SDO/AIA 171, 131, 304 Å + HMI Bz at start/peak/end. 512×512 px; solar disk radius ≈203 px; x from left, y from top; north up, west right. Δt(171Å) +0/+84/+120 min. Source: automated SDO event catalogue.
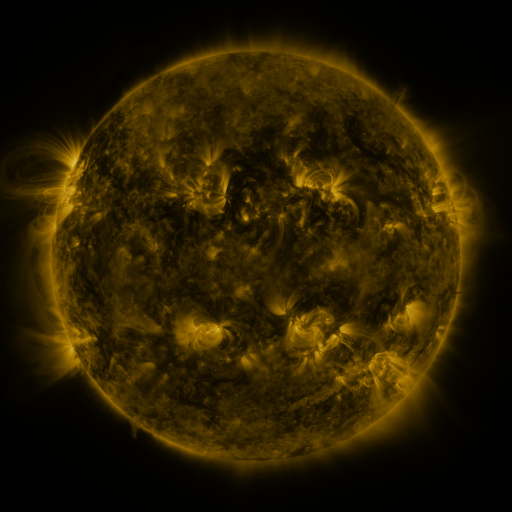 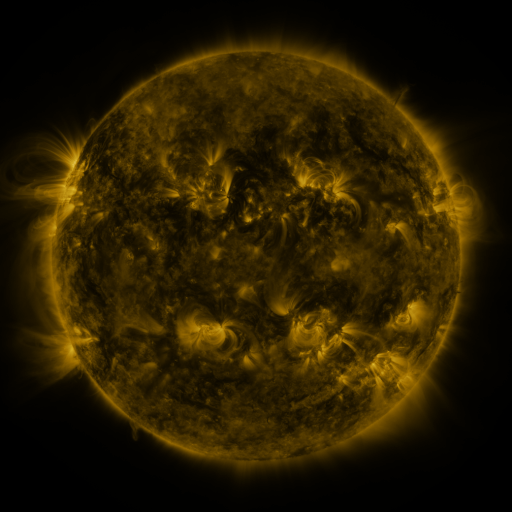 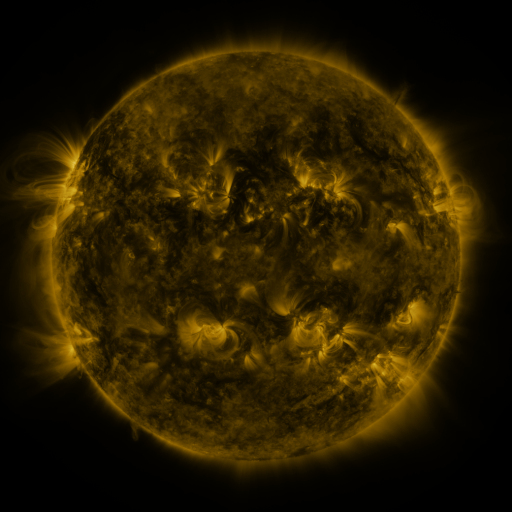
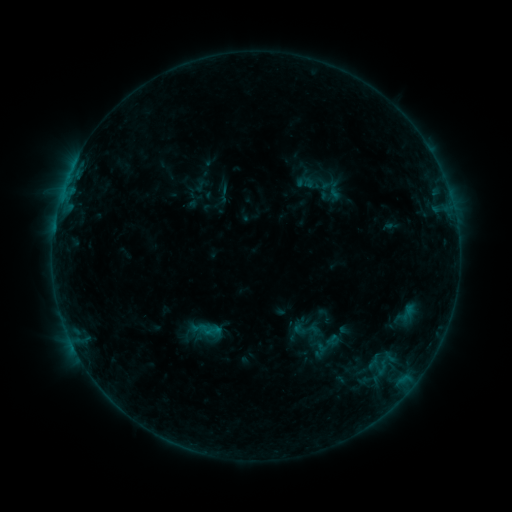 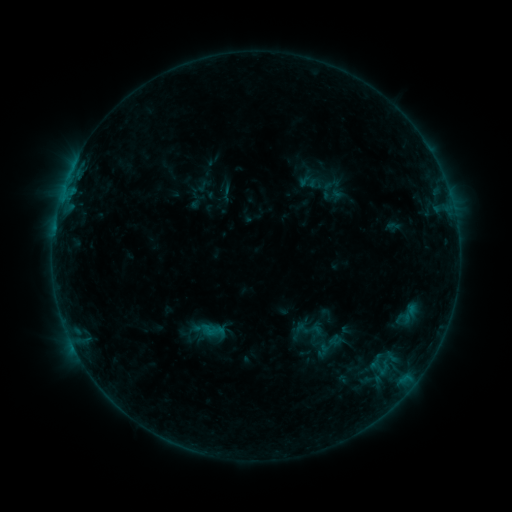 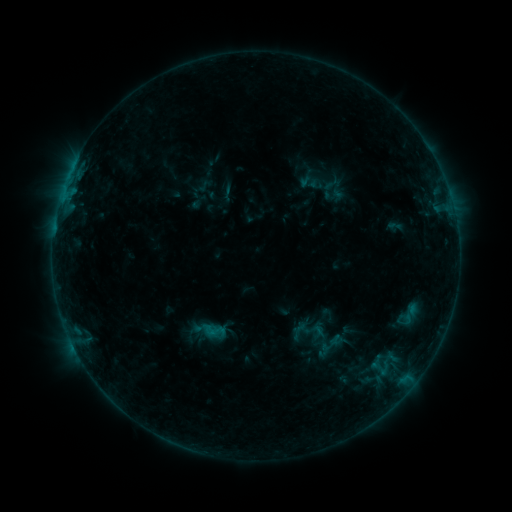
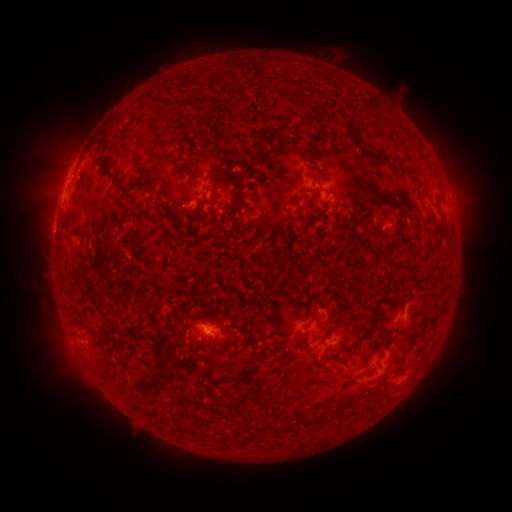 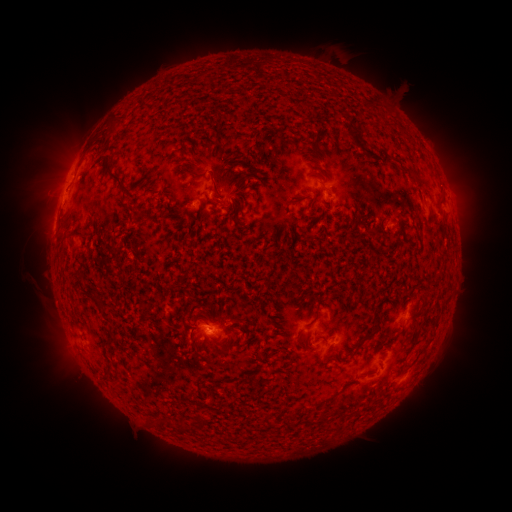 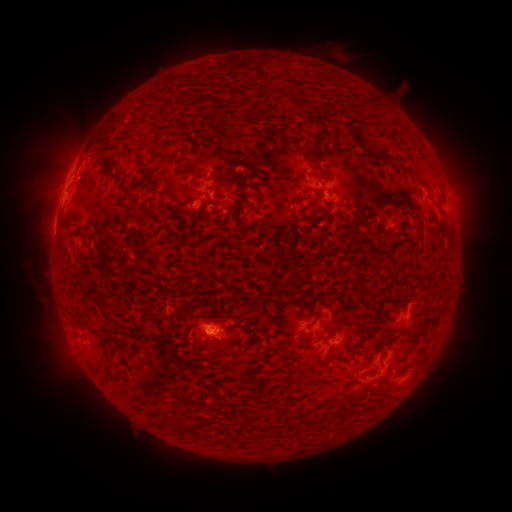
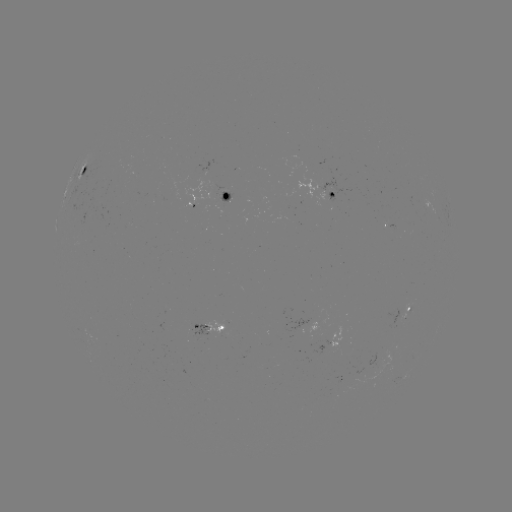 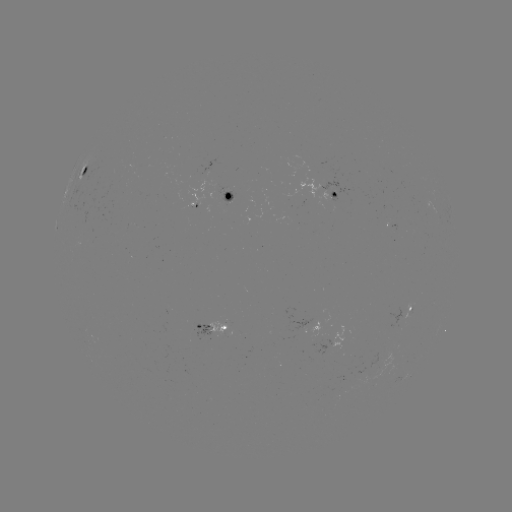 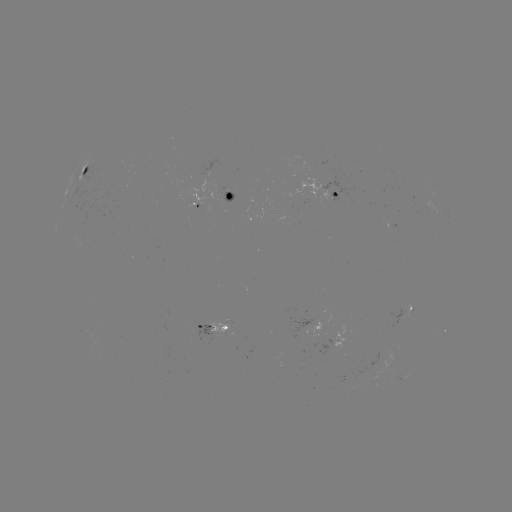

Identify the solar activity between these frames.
emerging-flux region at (406, 312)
